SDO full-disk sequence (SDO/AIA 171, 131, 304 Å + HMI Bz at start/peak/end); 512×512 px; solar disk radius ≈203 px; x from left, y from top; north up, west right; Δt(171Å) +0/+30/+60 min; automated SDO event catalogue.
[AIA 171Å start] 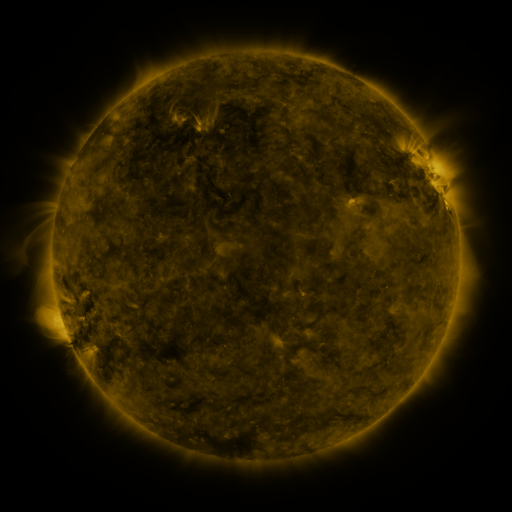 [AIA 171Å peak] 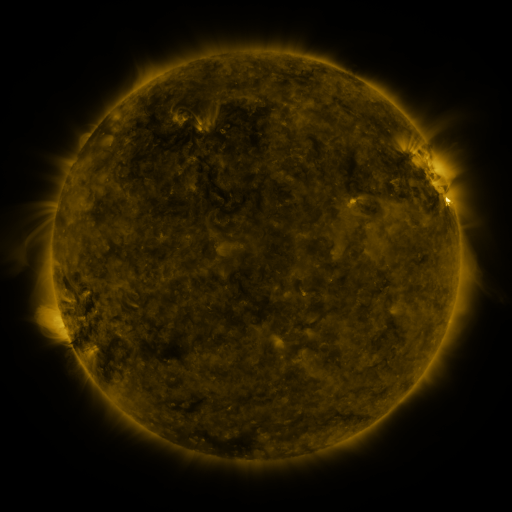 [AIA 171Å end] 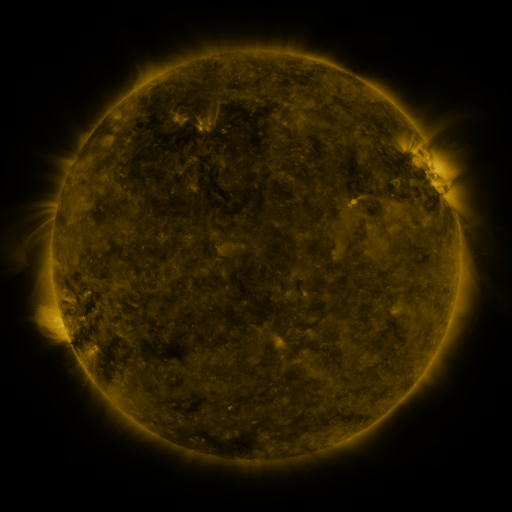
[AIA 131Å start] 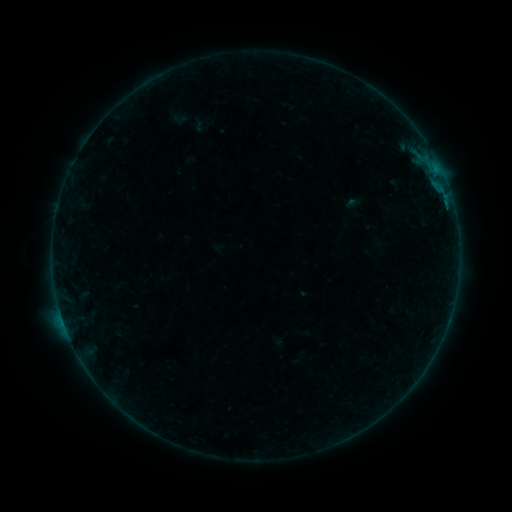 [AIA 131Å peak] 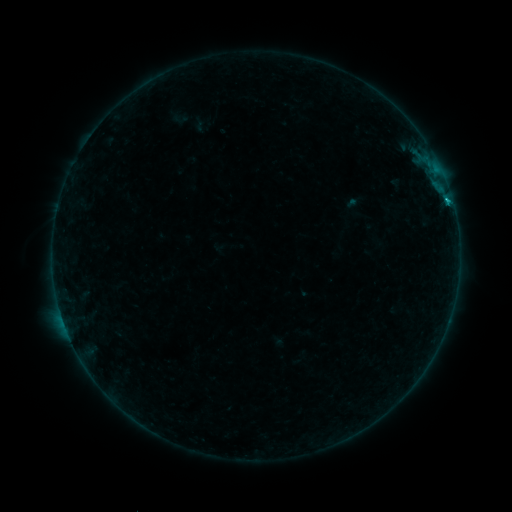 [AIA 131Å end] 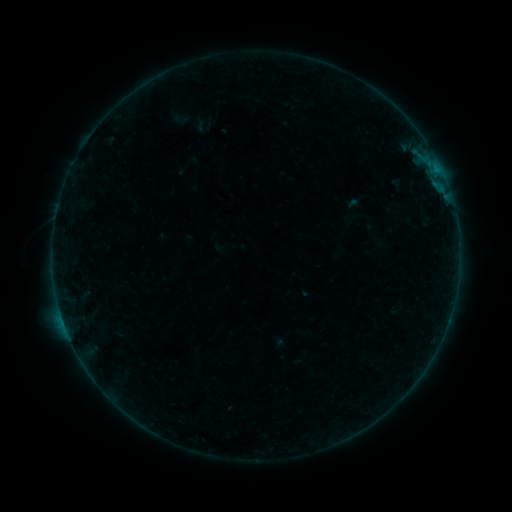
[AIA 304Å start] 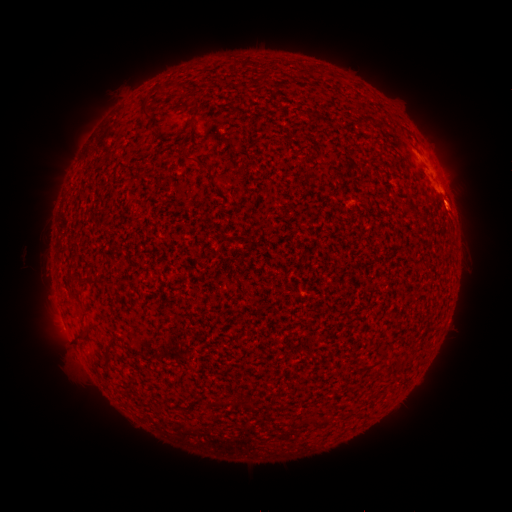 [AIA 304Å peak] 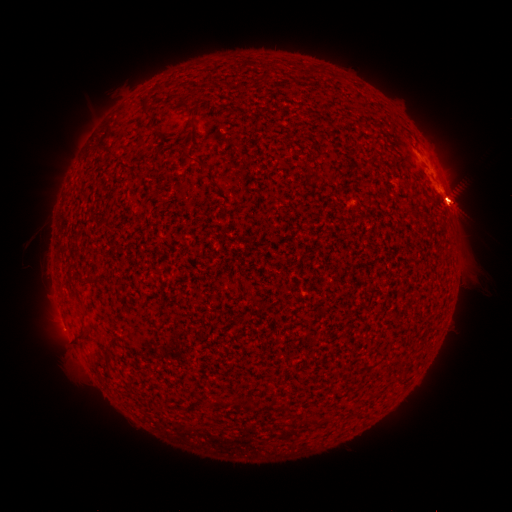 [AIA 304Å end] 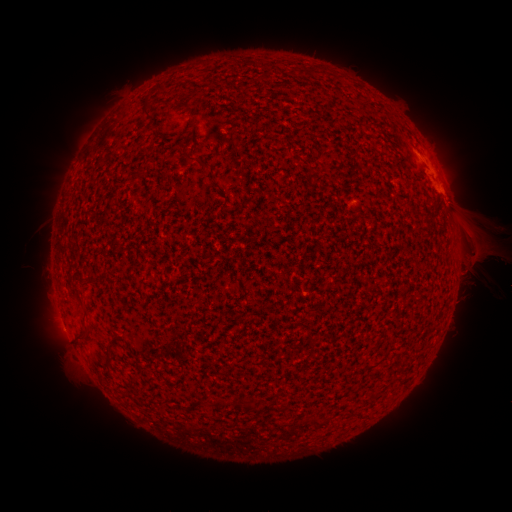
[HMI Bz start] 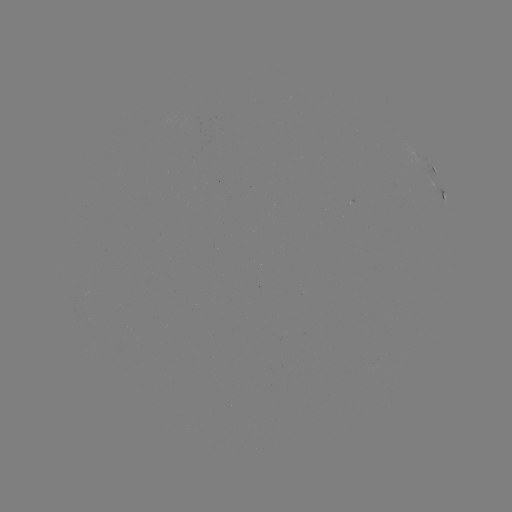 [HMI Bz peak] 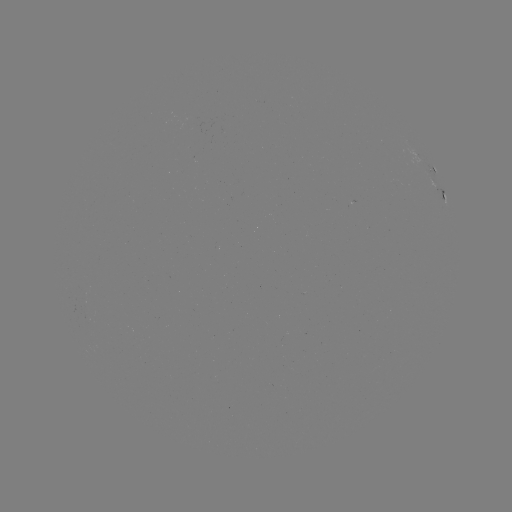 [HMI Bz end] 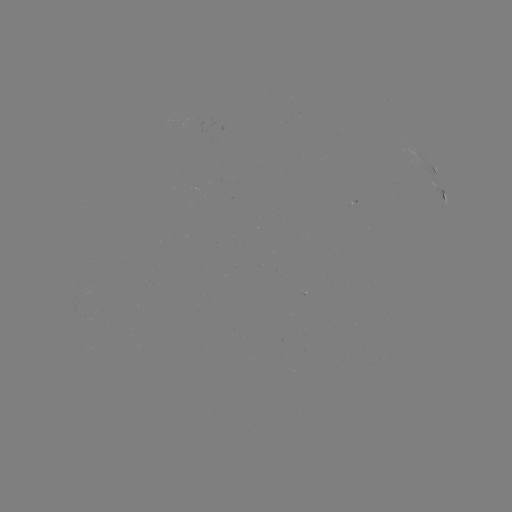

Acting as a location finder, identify eruption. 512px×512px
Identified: (469, 232).